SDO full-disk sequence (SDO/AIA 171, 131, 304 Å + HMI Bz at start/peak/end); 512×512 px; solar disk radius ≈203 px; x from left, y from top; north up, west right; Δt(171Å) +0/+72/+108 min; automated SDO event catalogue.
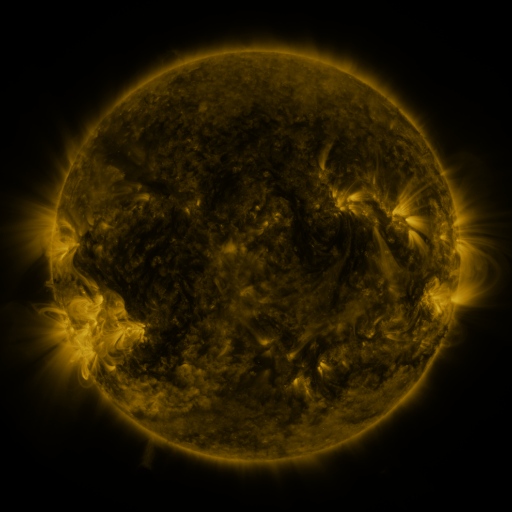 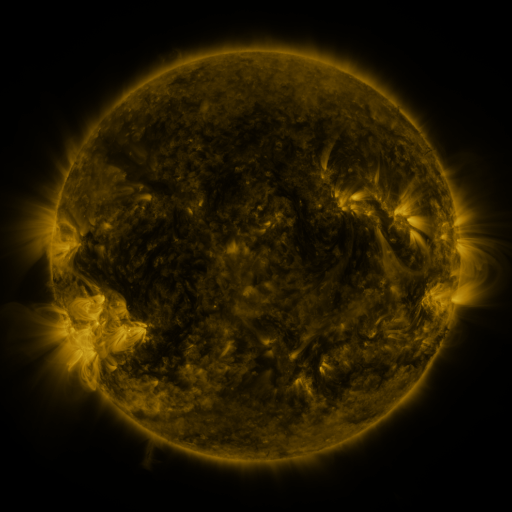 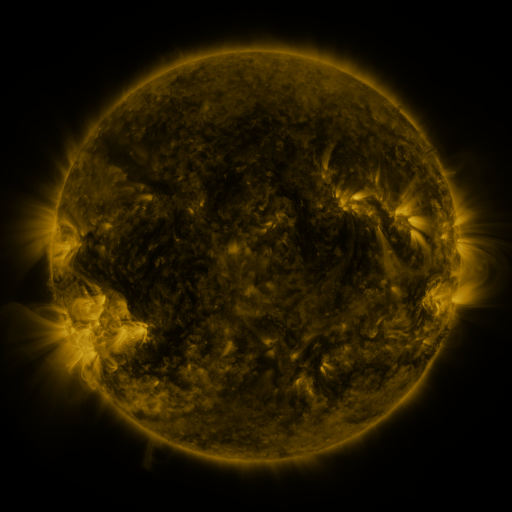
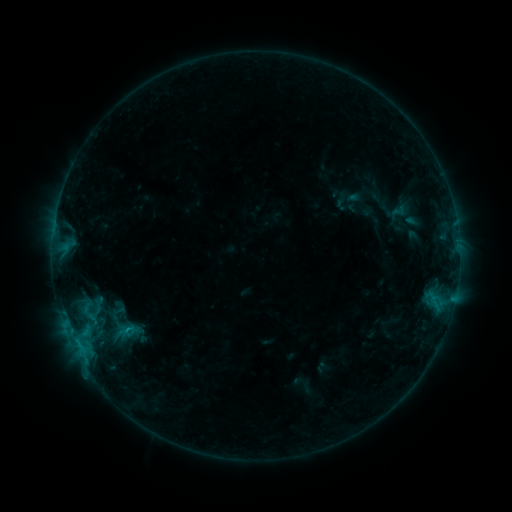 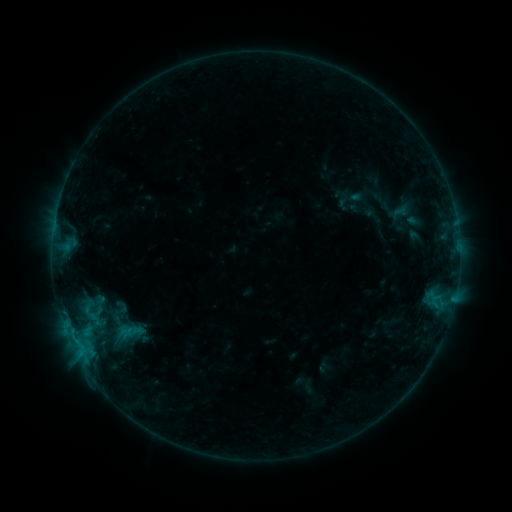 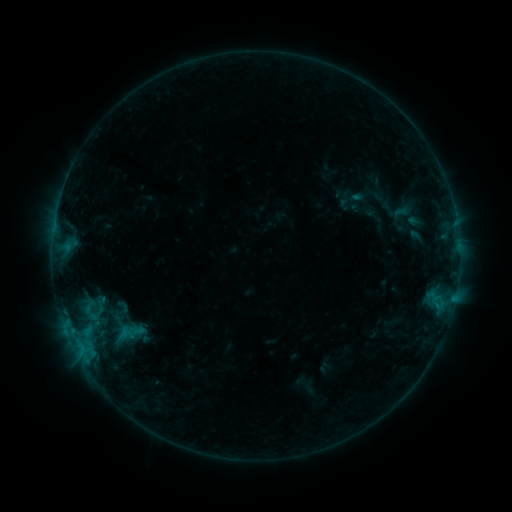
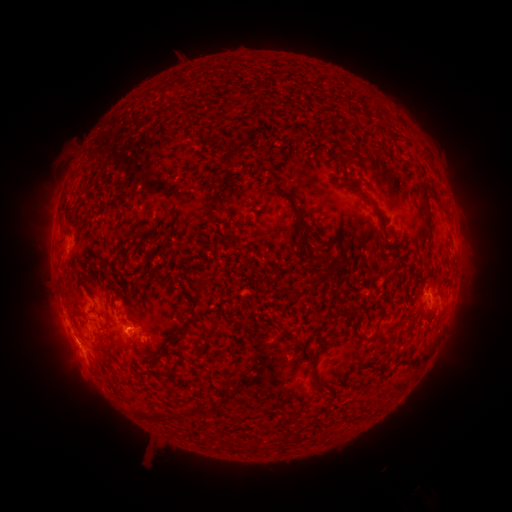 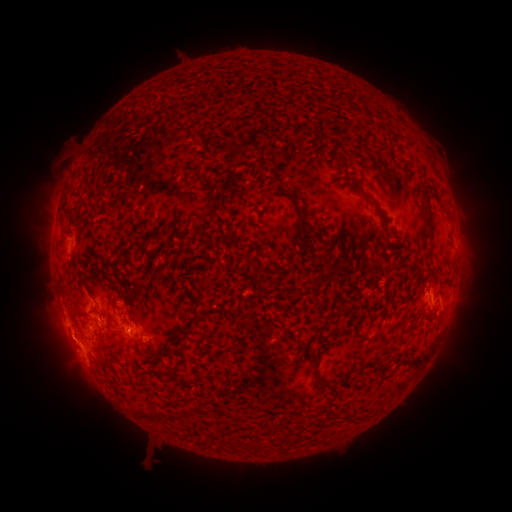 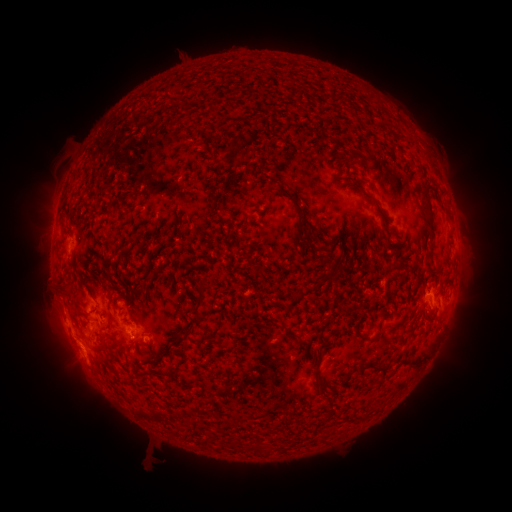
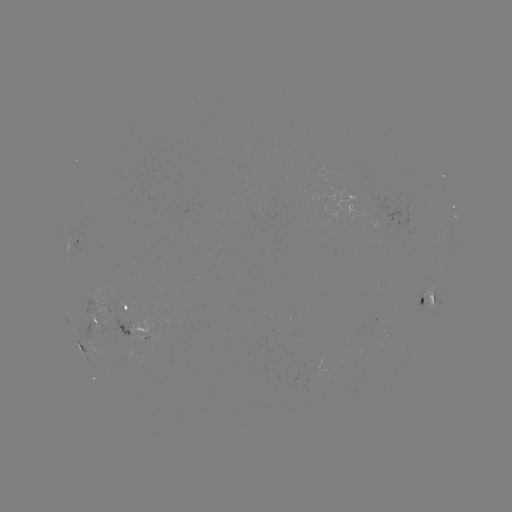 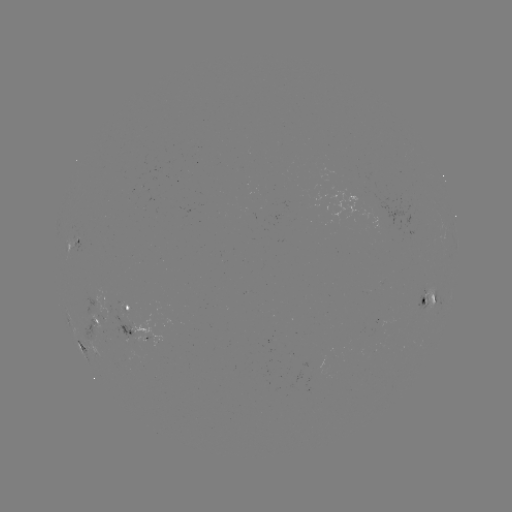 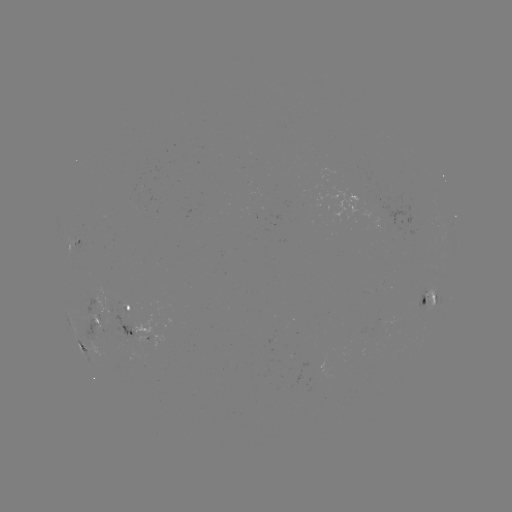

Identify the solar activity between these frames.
emerging-flux region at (98, 318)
